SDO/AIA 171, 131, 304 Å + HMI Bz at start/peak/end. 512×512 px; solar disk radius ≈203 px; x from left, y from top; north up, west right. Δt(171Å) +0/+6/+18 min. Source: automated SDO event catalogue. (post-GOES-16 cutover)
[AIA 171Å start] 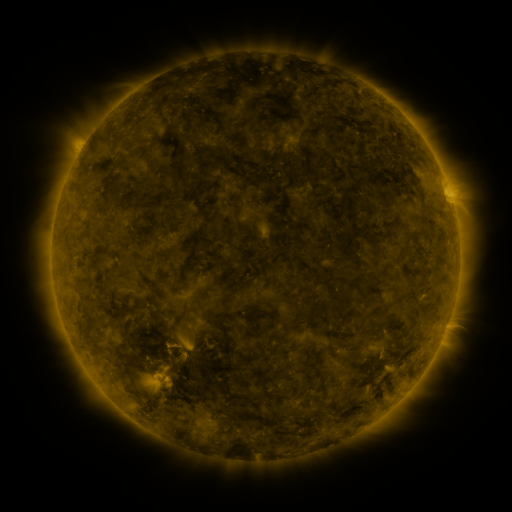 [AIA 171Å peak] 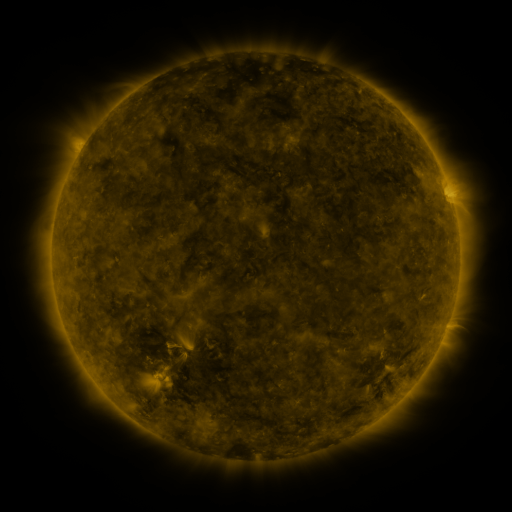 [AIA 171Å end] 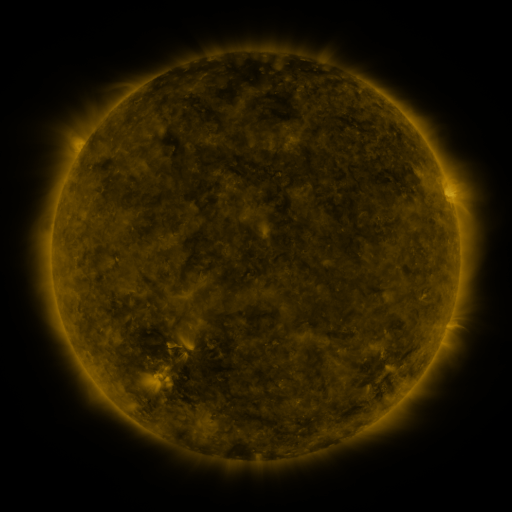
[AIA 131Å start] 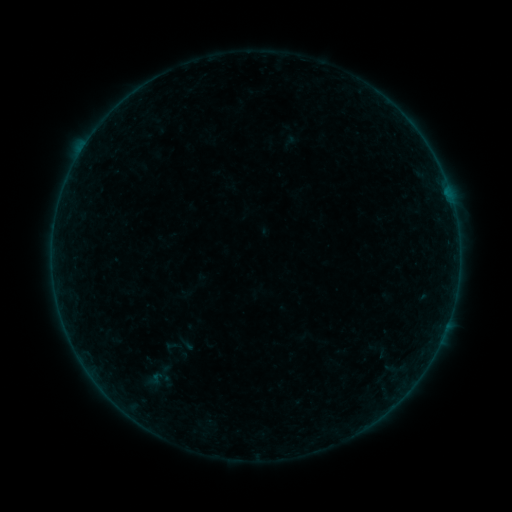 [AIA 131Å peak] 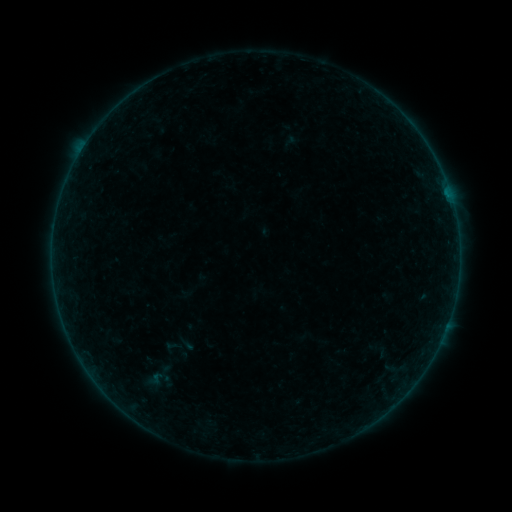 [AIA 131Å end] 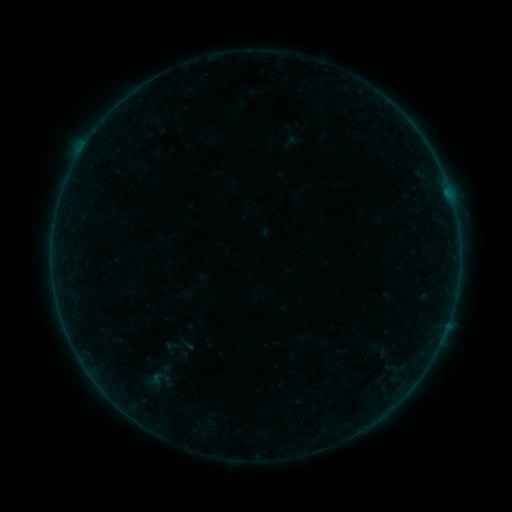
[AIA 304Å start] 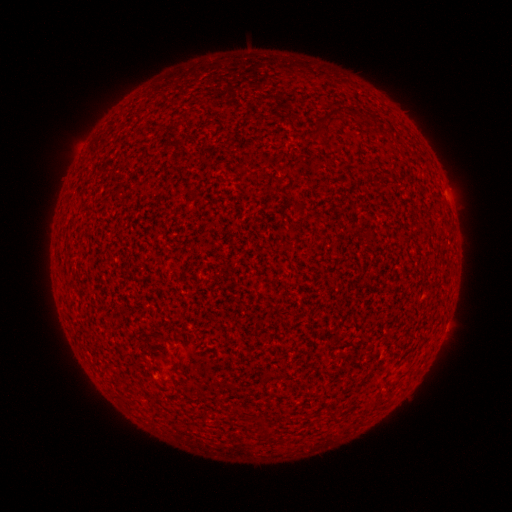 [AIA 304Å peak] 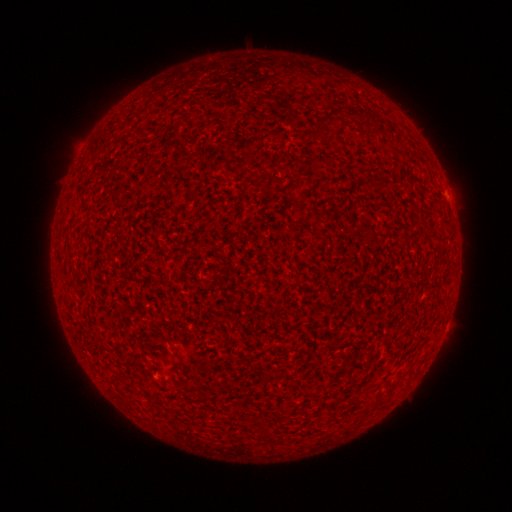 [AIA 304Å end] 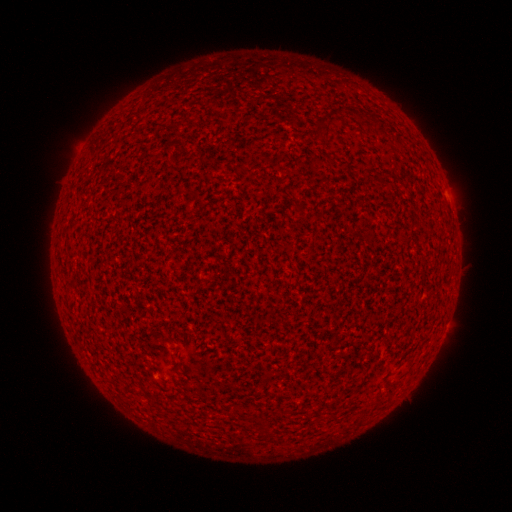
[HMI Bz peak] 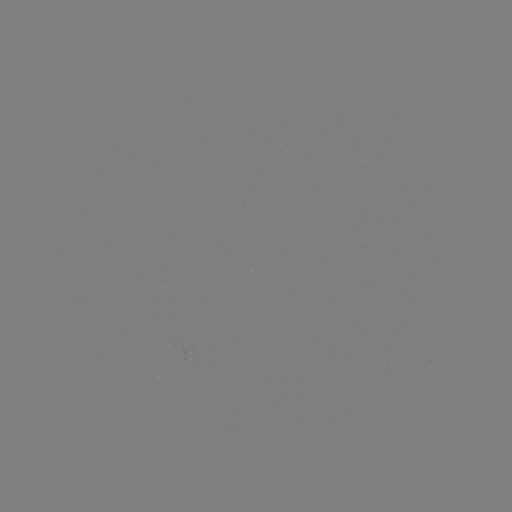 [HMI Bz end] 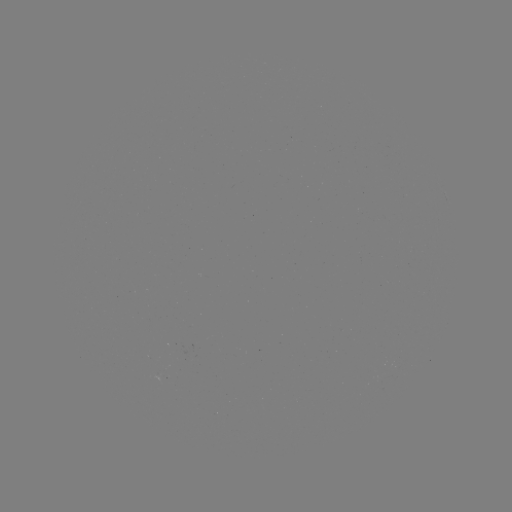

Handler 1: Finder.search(A4.1 flare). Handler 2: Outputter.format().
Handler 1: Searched A4.1 flare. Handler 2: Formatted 447,196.